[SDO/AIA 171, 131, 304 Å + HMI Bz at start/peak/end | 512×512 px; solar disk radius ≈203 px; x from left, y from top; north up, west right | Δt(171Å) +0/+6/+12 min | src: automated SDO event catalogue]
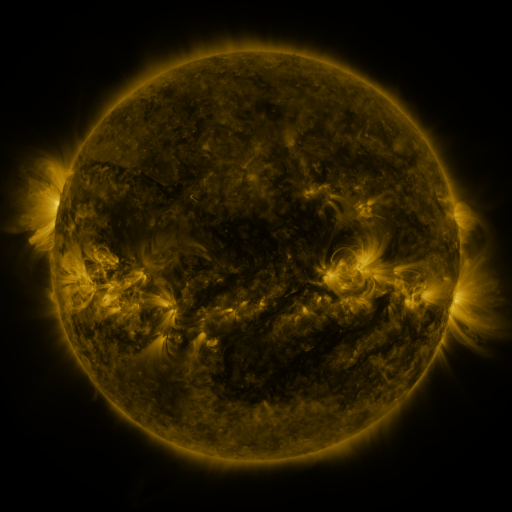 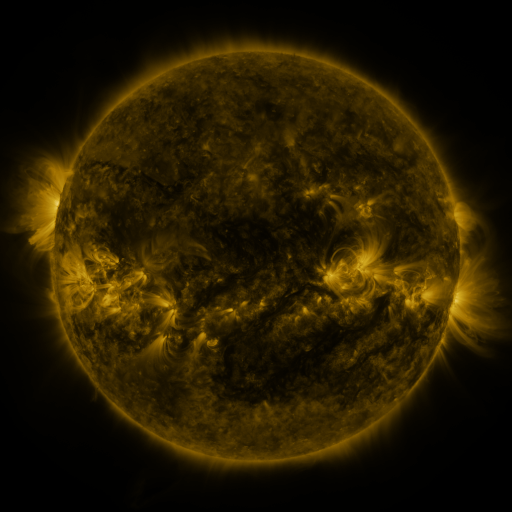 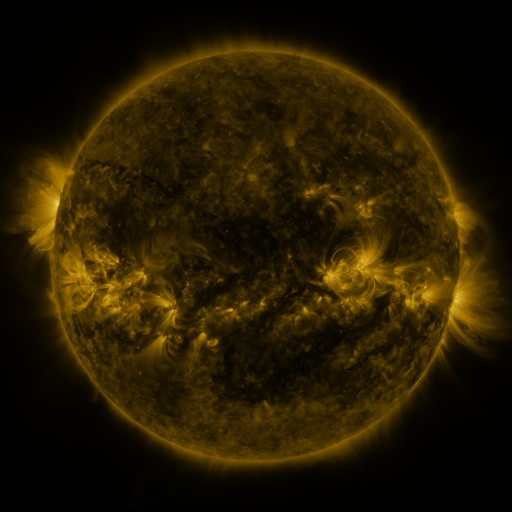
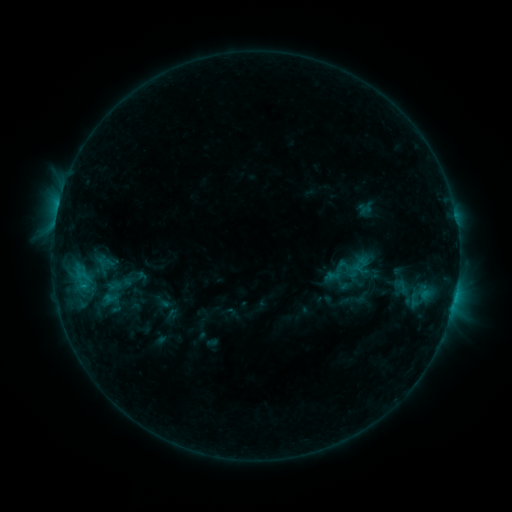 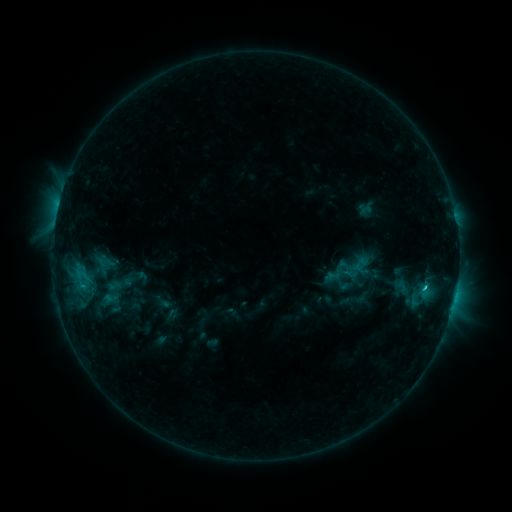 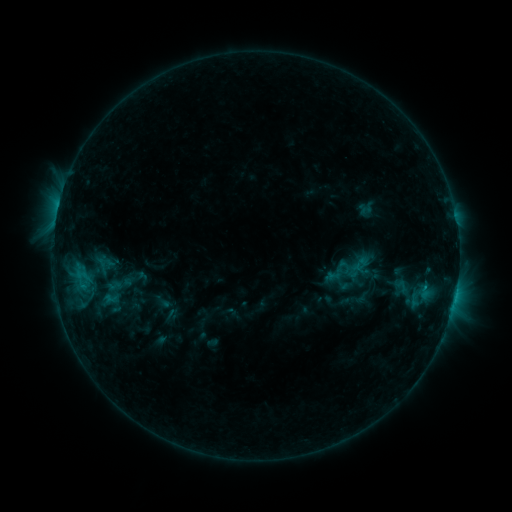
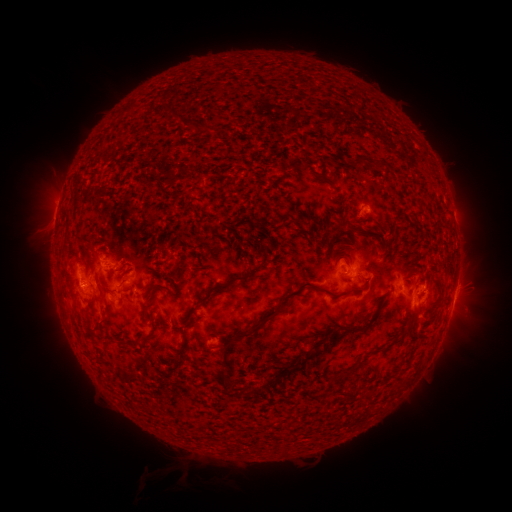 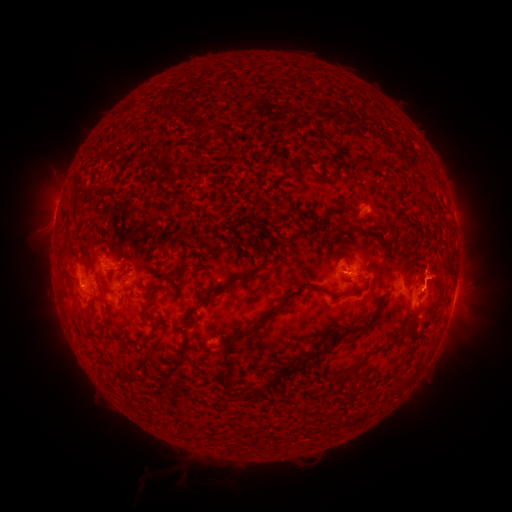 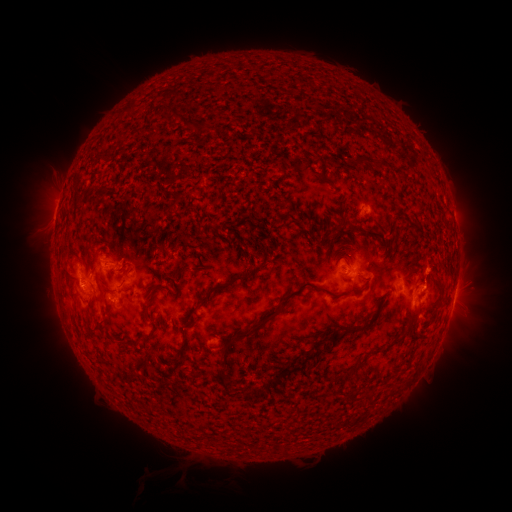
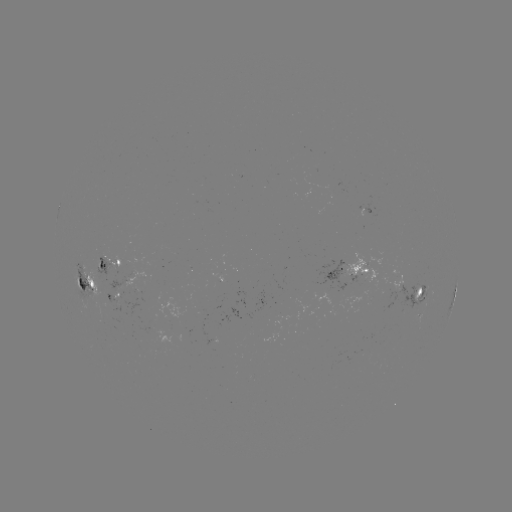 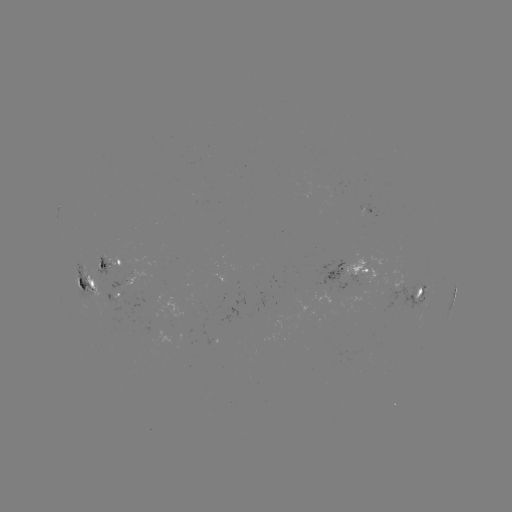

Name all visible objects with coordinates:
eruption: (435, 269)
